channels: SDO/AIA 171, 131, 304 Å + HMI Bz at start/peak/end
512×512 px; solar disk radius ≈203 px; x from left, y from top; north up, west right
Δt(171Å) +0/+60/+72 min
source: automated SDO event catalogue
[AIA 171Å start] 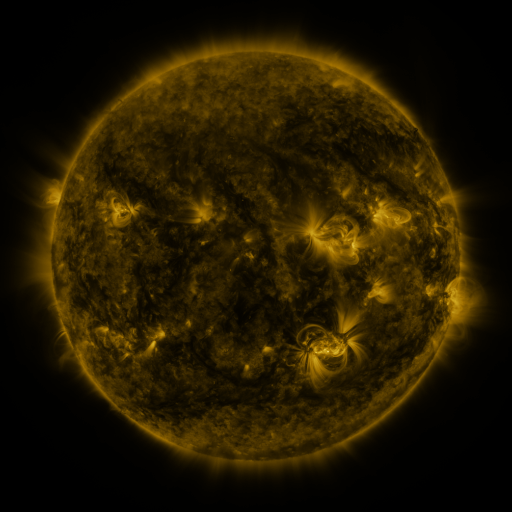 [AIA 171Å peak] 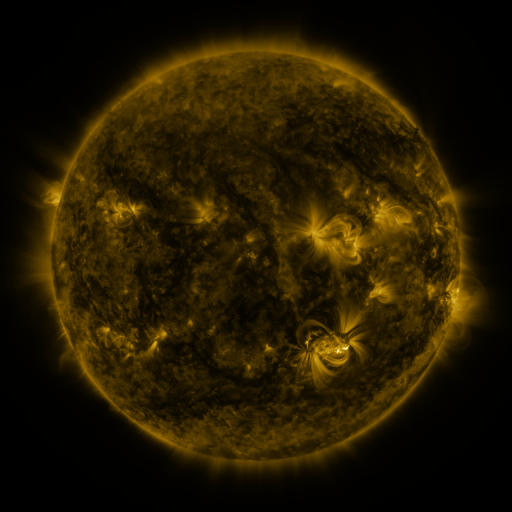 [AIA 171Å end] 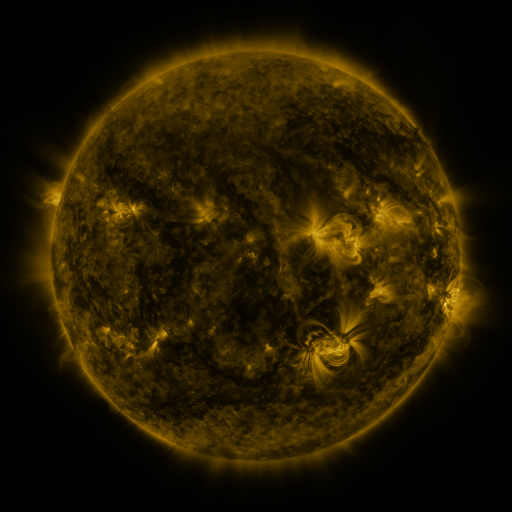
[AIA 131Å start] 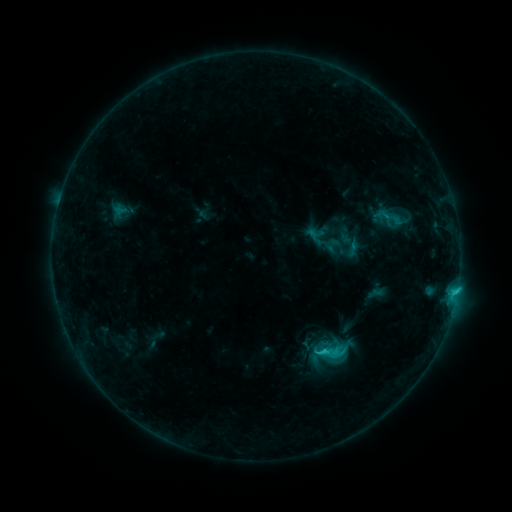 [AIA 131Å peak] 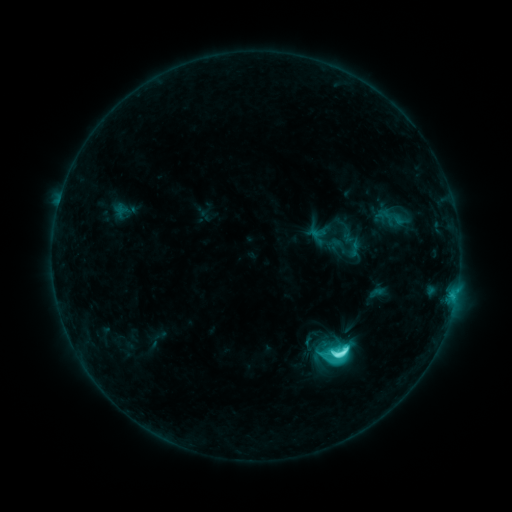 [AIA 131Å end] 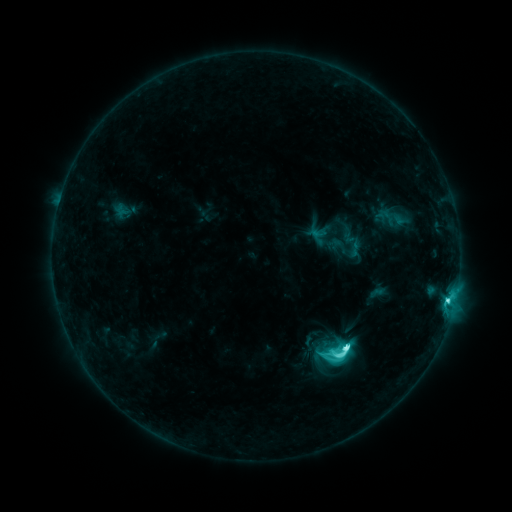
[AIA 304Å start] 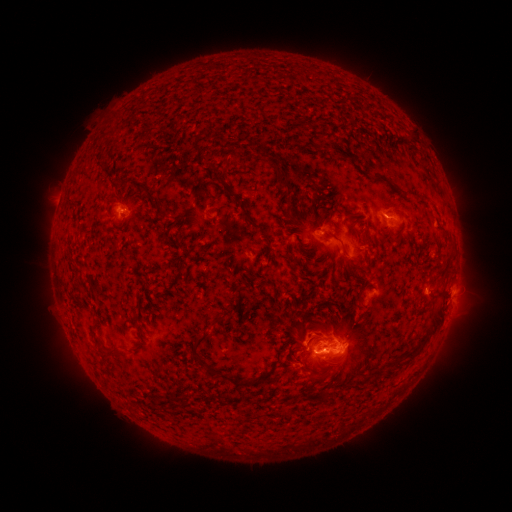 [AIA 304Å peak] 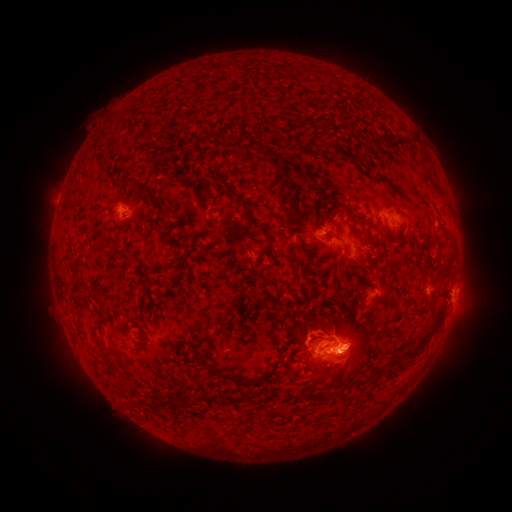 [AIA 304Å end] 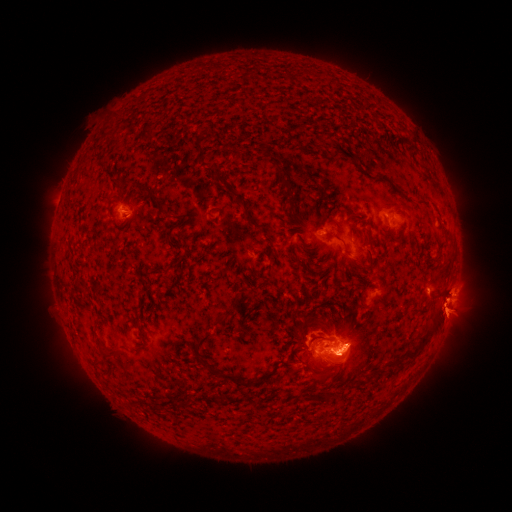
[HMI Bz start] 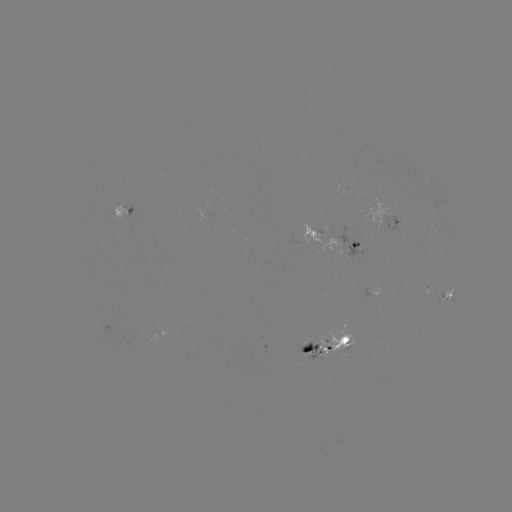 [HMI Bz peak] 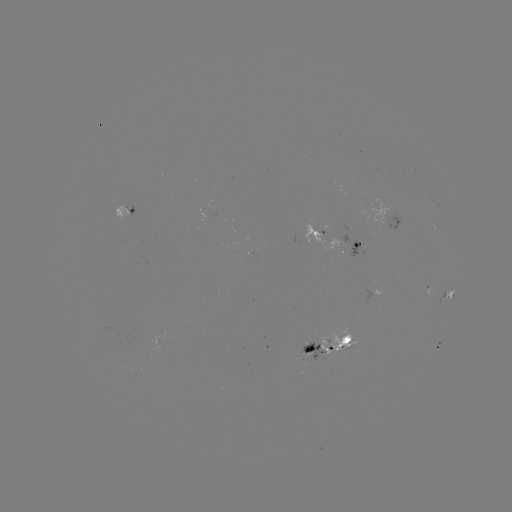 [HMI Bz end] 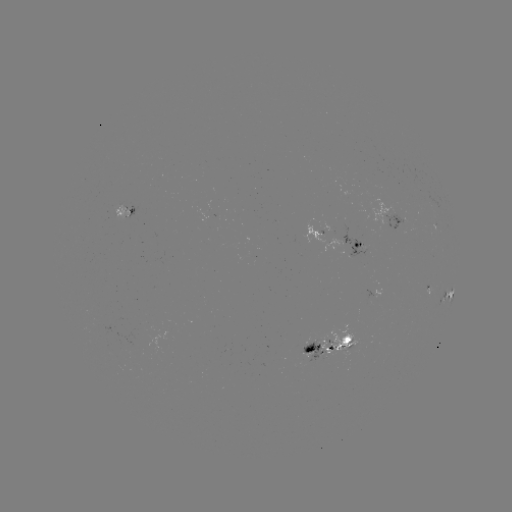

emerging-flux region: [299, 343, 325, 364]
